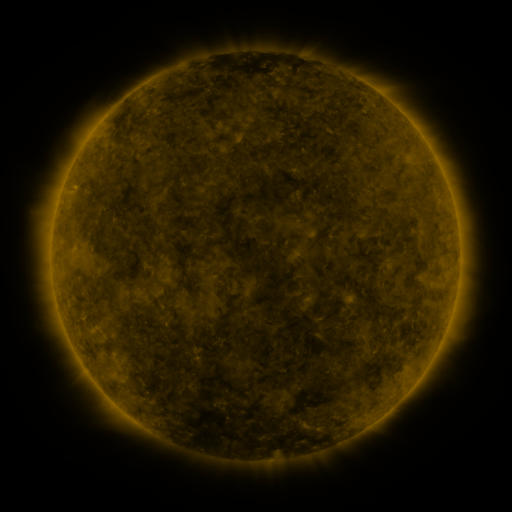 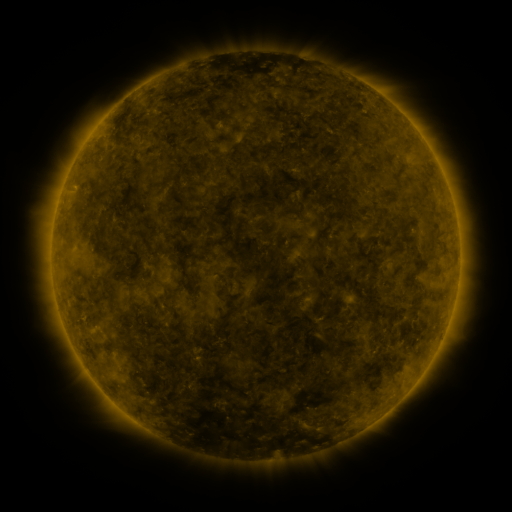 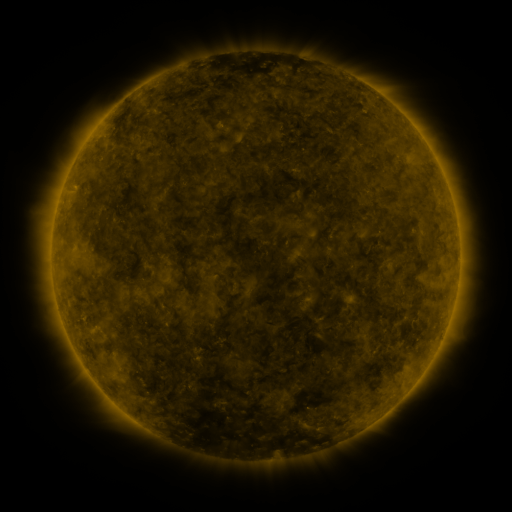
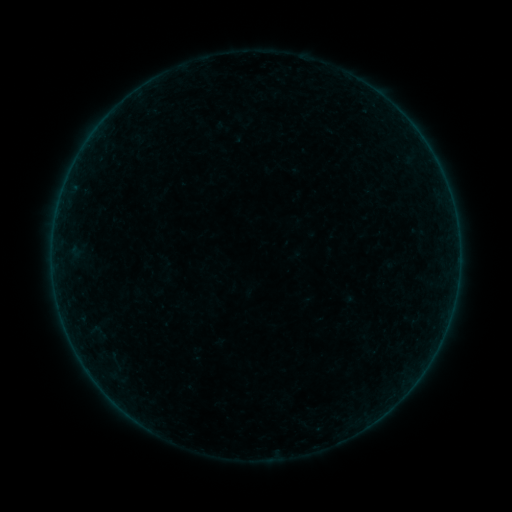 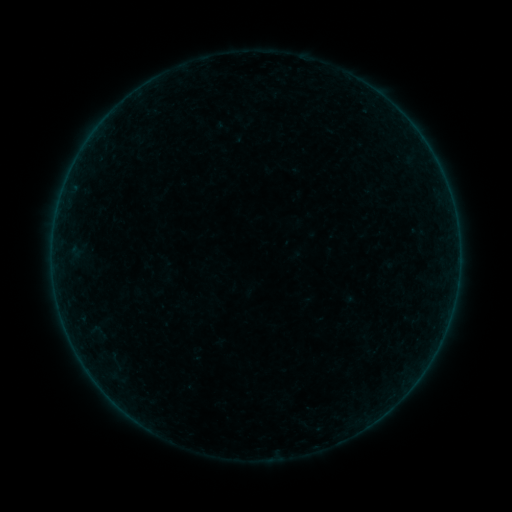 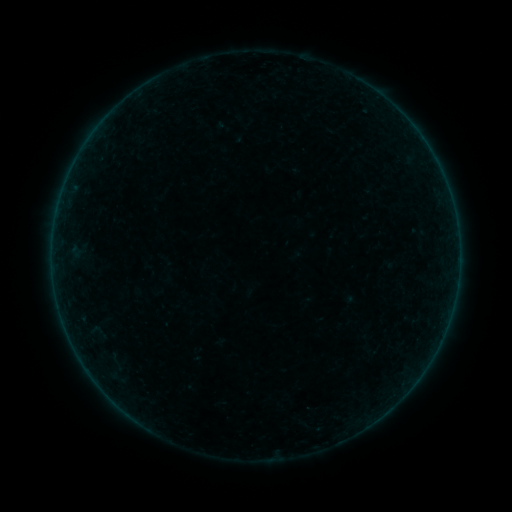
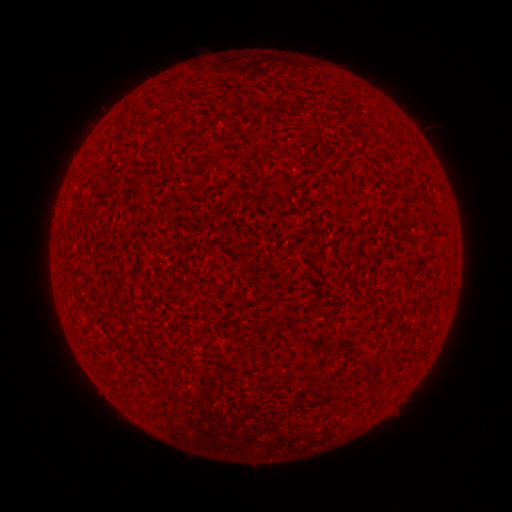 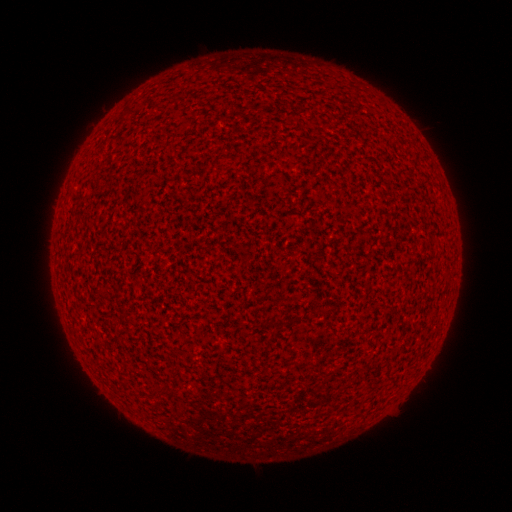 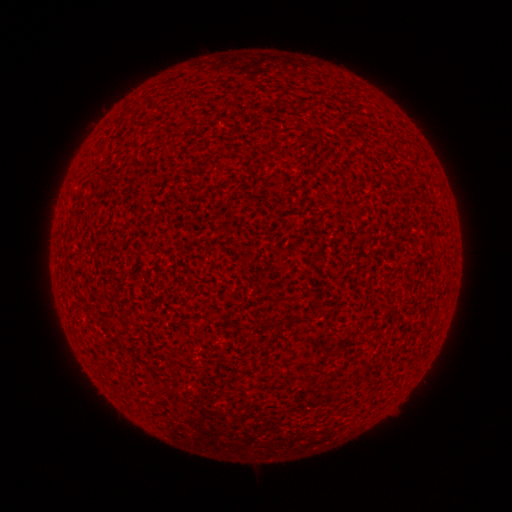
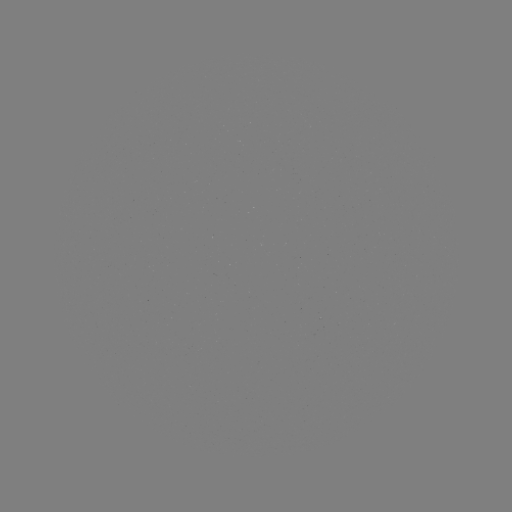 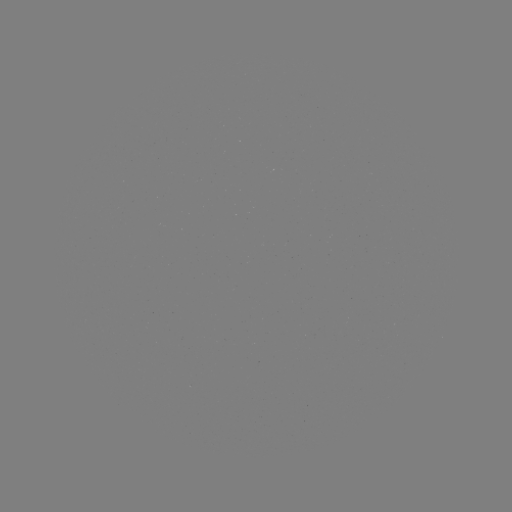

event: flare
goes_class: A1.1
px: (53, 276)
